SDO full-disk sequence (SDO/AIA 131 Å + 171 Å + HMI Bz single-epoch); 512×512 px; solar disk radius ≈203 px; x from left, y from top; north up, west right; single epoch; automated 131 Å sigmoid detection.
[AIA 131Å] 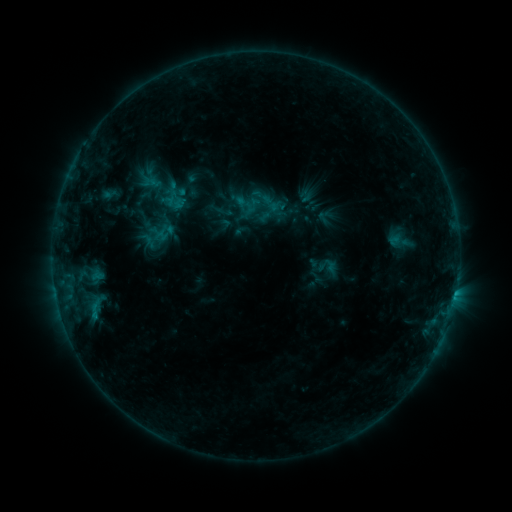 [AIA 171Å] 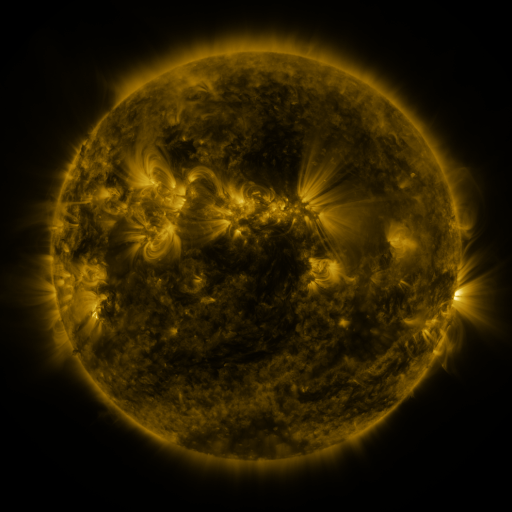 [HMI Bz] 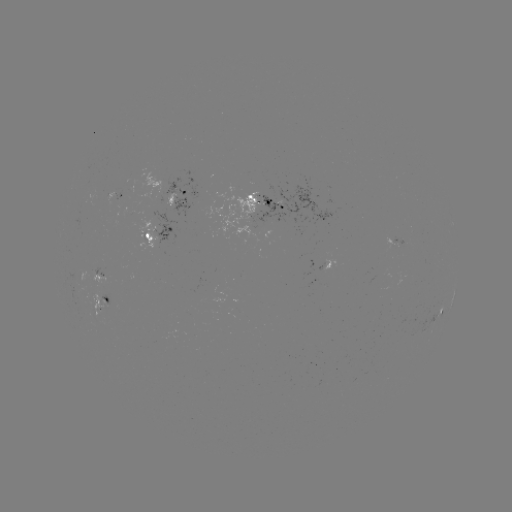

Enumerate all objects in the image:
sigmoid: (271, 203)
sigmoid: (155, 232)
